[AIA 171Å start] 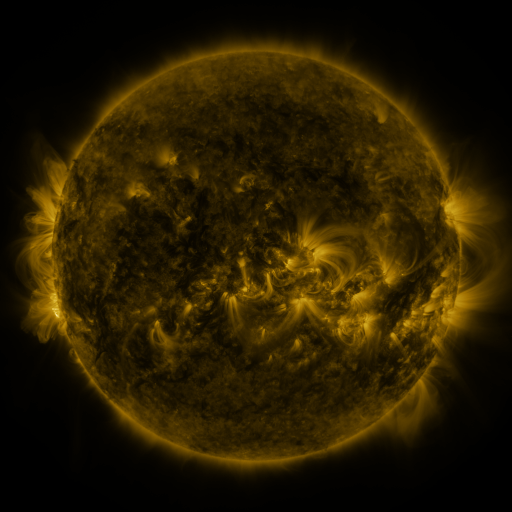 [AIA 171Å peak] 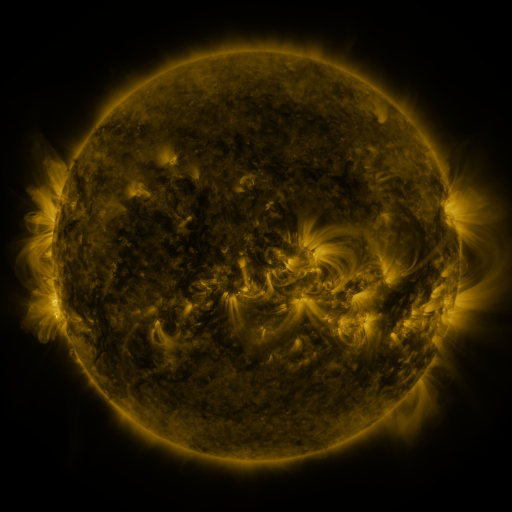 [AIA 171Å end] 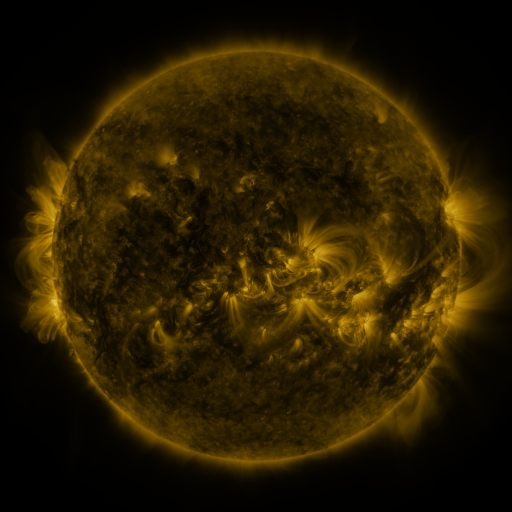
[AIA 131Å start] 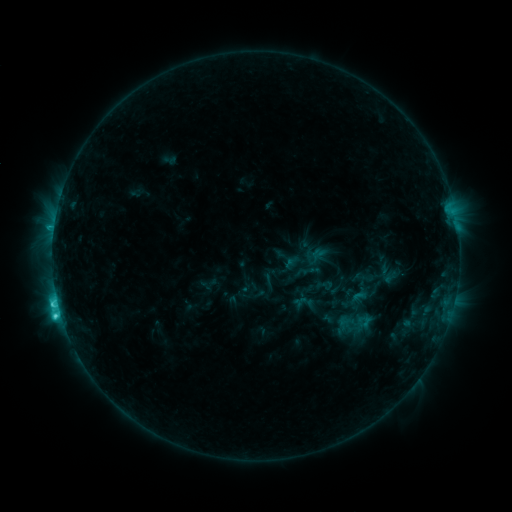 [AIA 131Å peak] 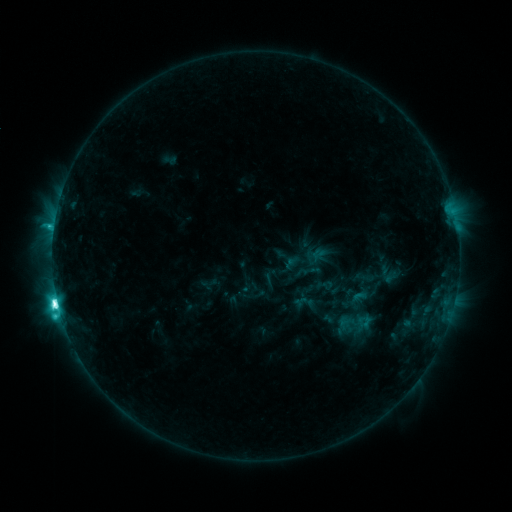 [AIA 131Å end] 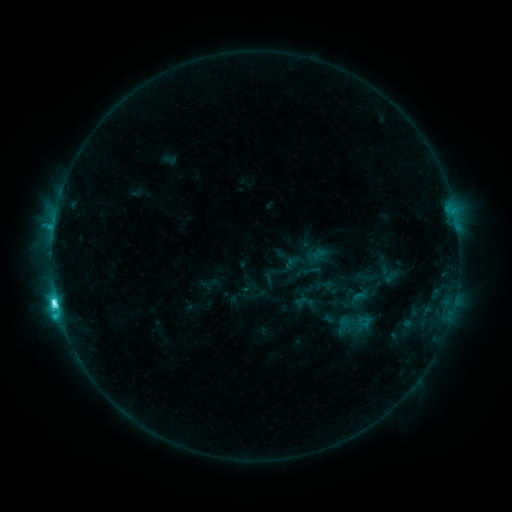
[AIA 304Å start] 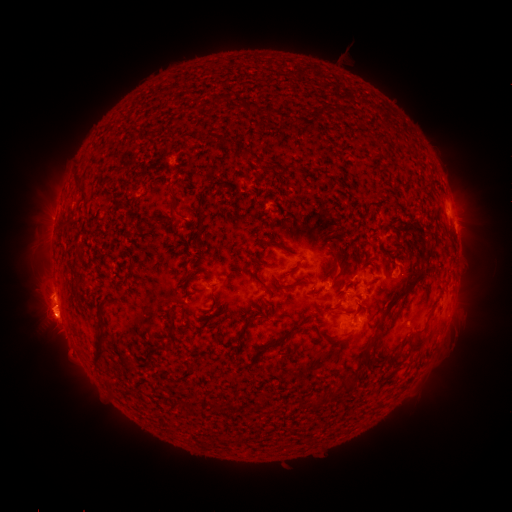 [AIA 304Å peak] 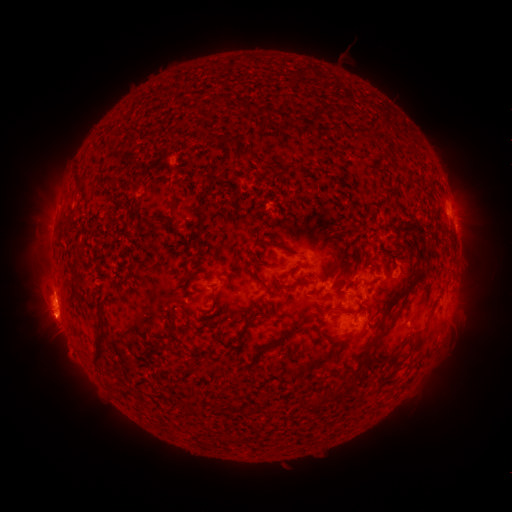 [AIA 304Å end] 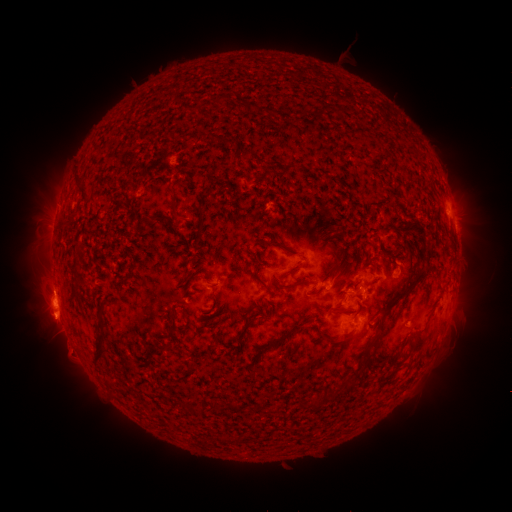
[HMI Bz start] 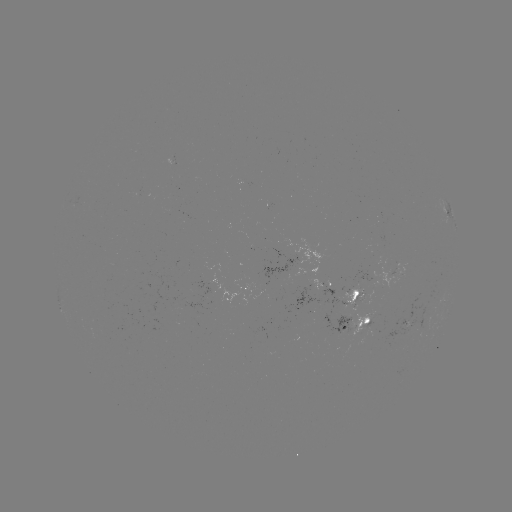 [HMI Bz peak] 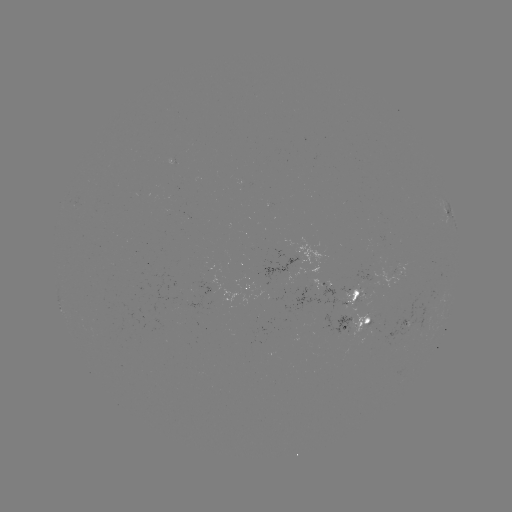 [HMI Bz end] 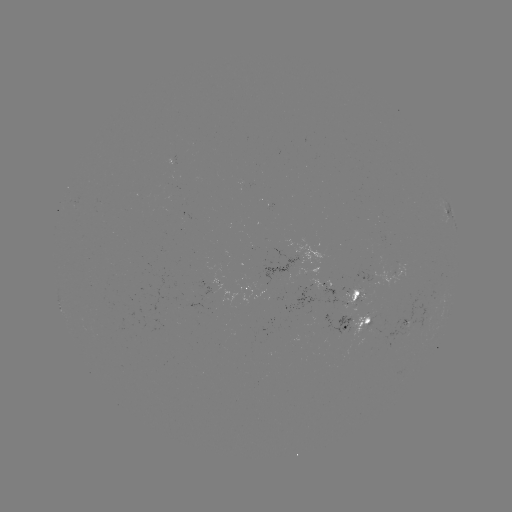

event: flare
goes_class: M1.1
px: (58, 300)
